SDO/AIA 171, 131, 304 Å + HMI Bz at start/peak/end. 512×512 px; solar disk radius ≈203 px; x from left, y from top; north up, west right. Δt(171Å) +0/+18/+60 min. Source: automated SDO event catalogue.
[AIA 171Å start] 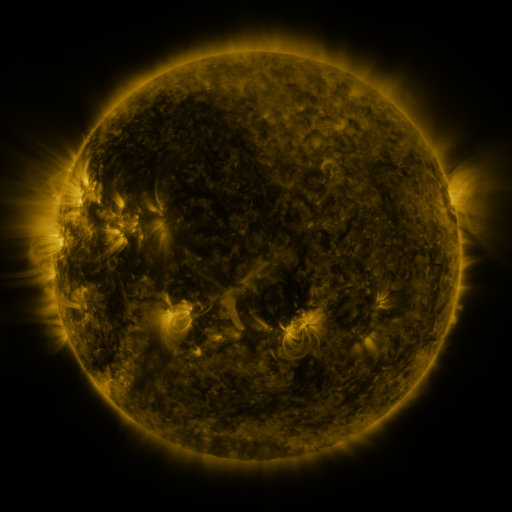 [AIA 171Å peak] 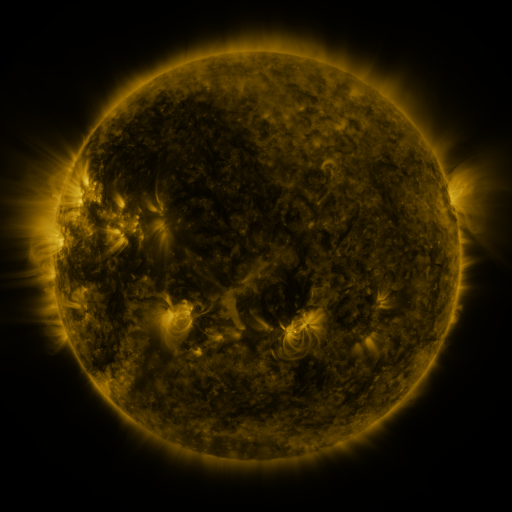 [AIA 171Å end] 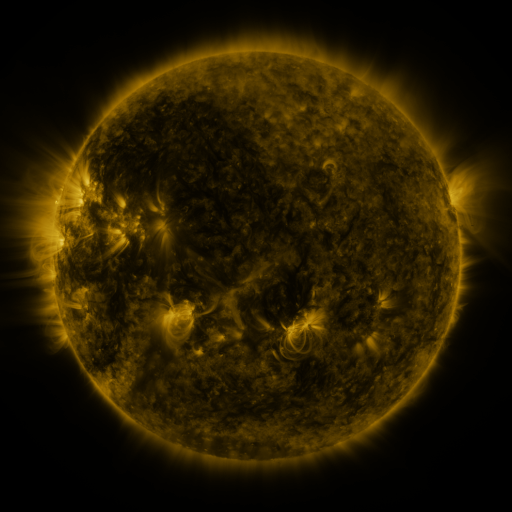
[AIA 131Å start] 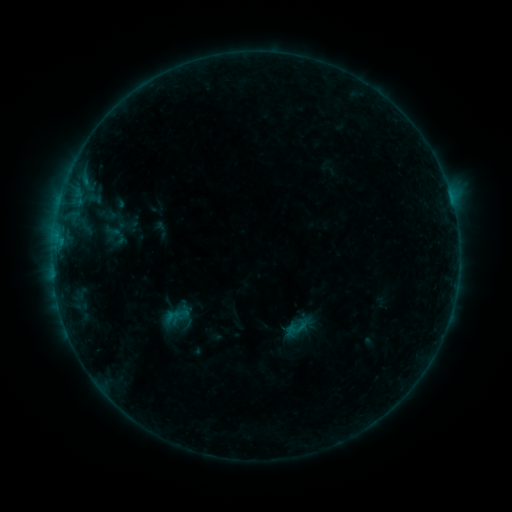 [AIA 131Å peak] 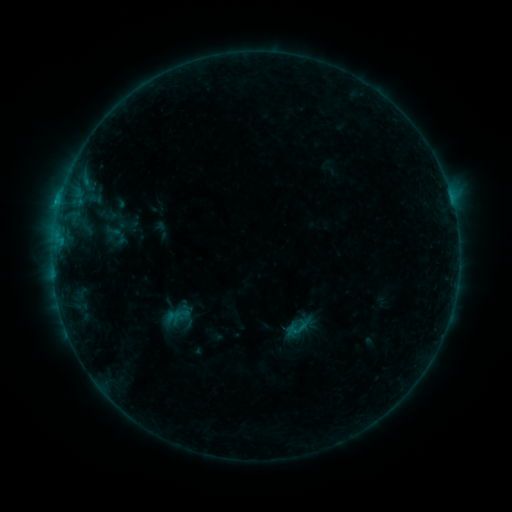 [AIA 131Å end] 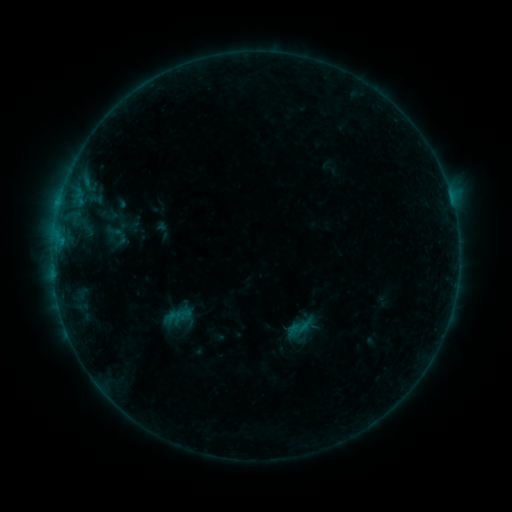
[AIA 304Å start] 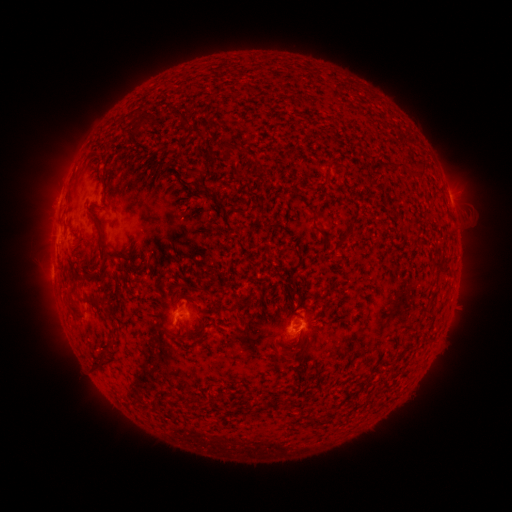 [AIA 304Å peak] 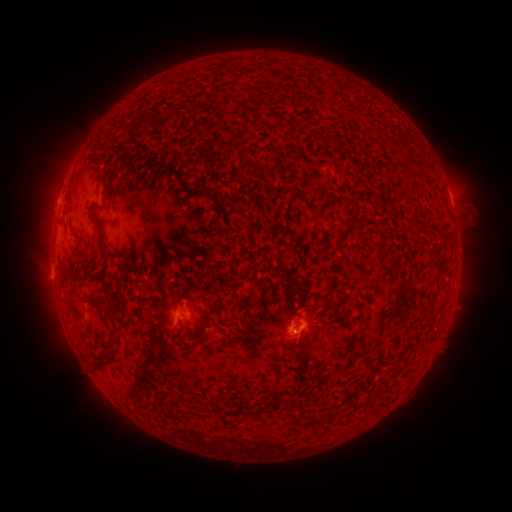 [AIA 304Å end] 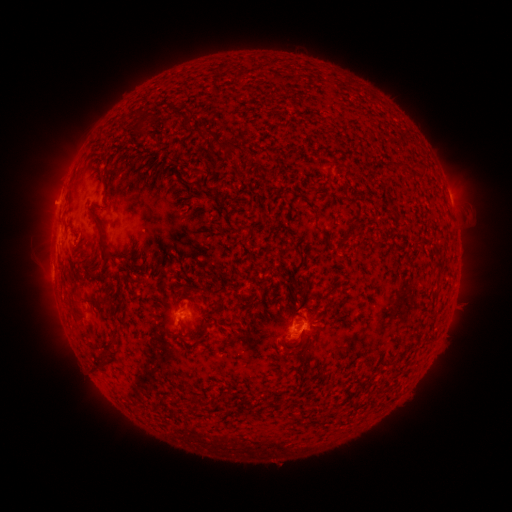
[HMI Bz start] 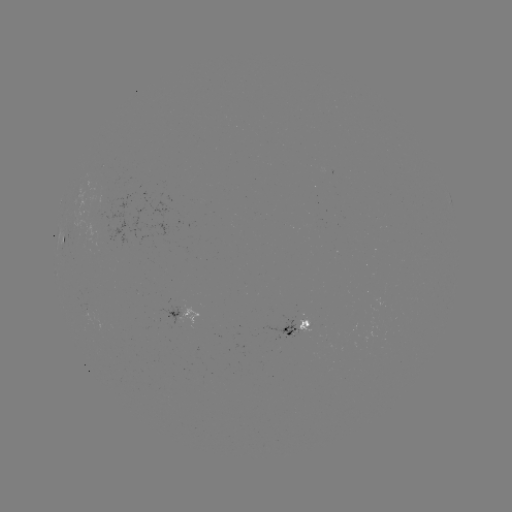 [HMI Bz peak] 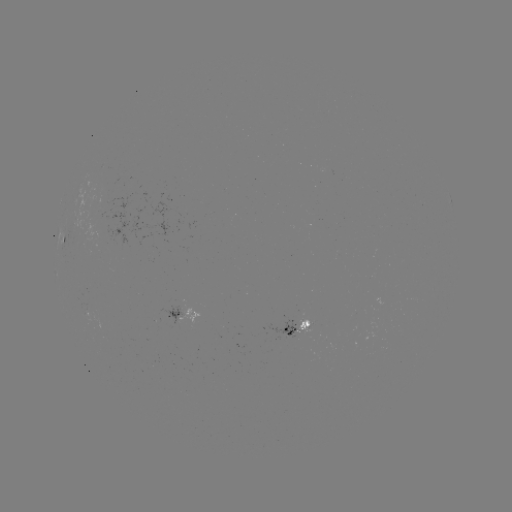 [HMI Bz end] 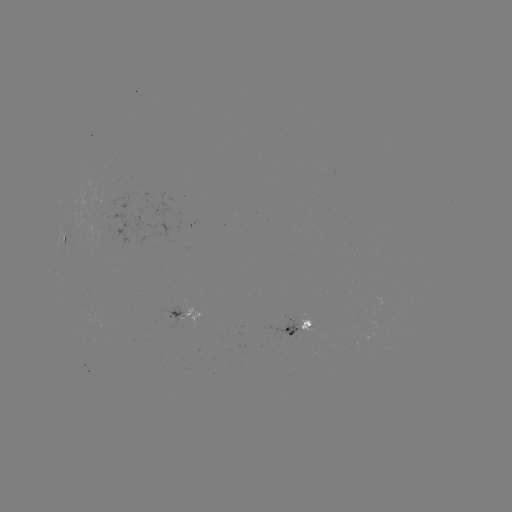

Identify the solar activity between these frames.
B5.5 flare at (293, 330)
